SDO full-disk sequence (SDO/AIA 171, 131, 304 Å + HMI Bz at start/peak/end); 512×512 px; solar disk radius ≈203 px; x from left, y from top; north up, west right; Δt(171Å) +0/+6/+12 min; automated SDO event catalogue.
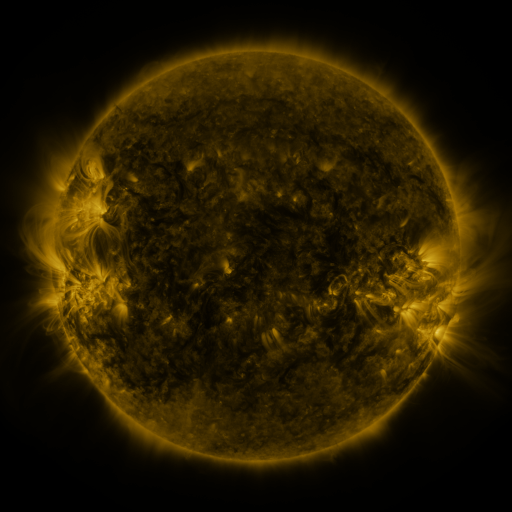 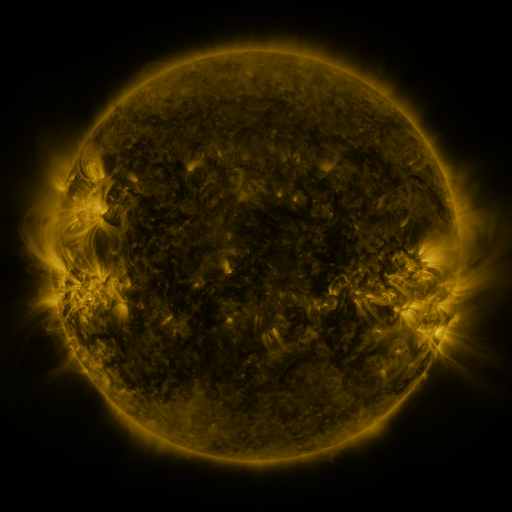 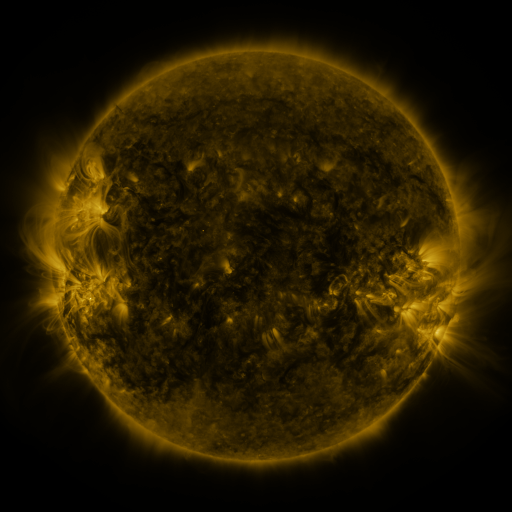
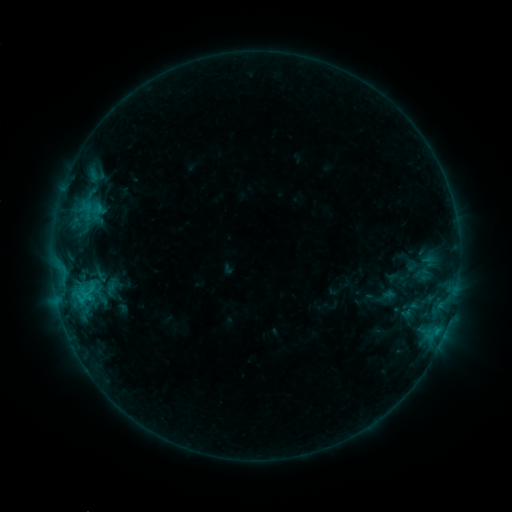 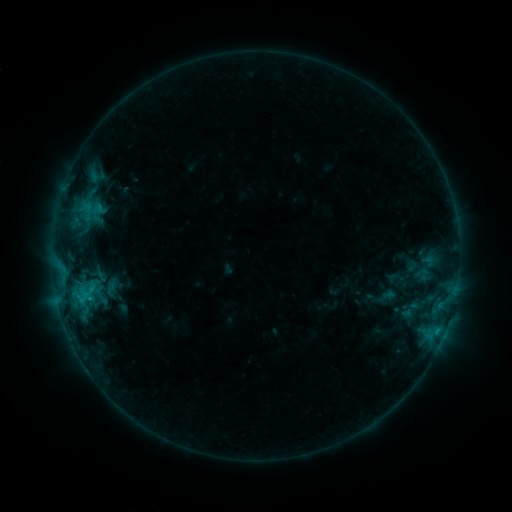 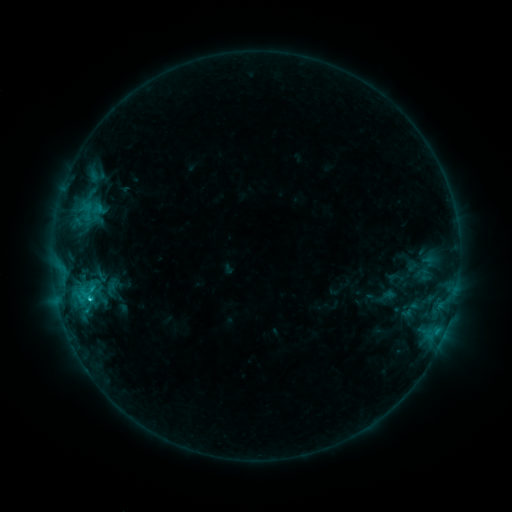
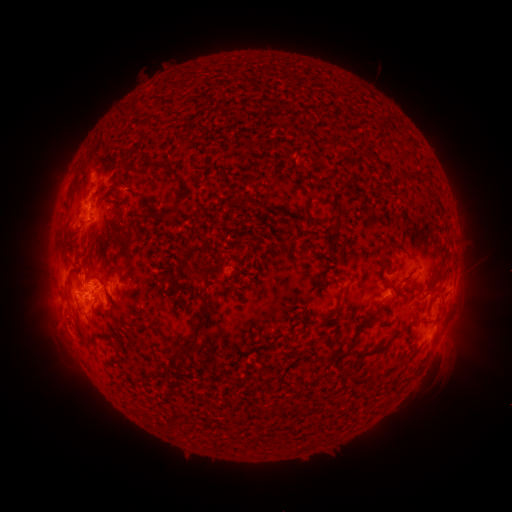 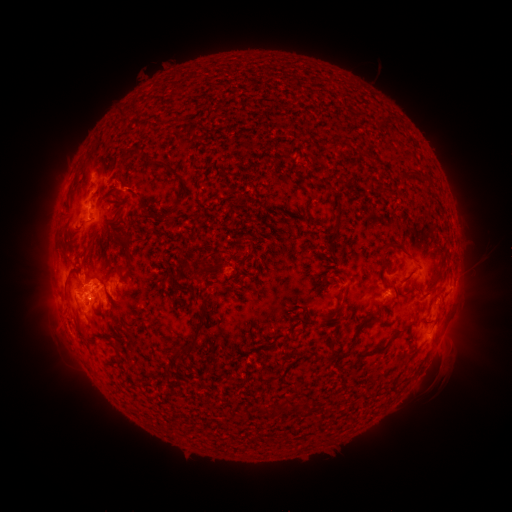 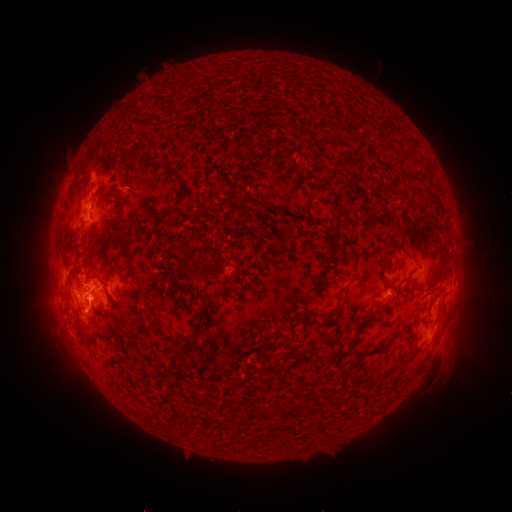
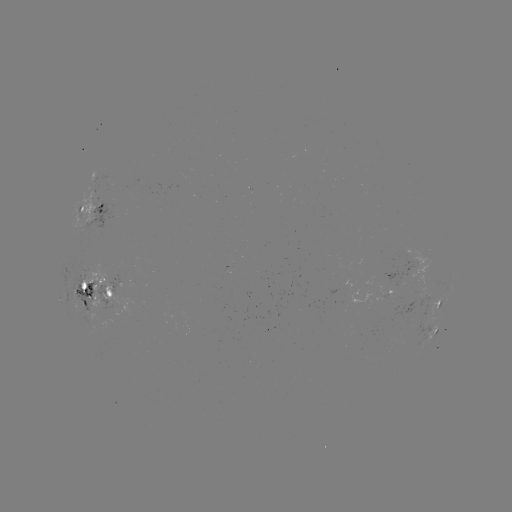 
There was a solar eruption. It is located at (92, 314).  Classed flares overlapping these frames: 1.